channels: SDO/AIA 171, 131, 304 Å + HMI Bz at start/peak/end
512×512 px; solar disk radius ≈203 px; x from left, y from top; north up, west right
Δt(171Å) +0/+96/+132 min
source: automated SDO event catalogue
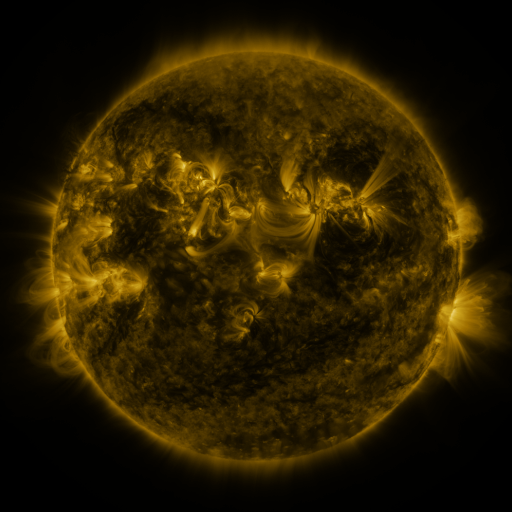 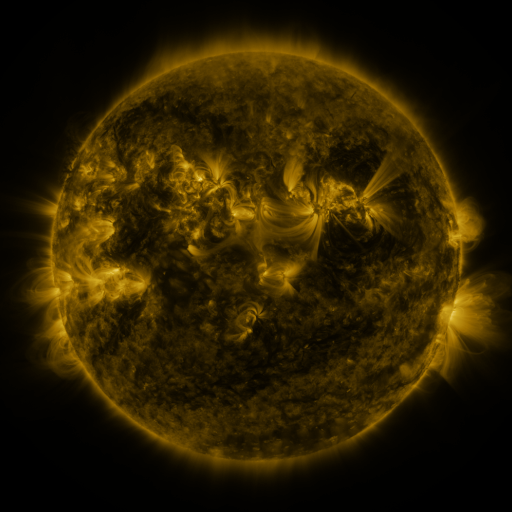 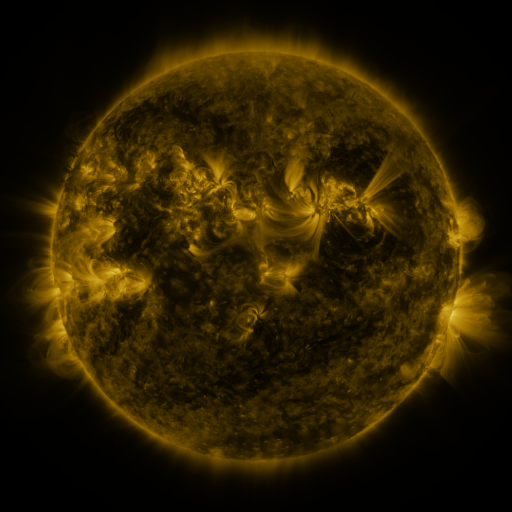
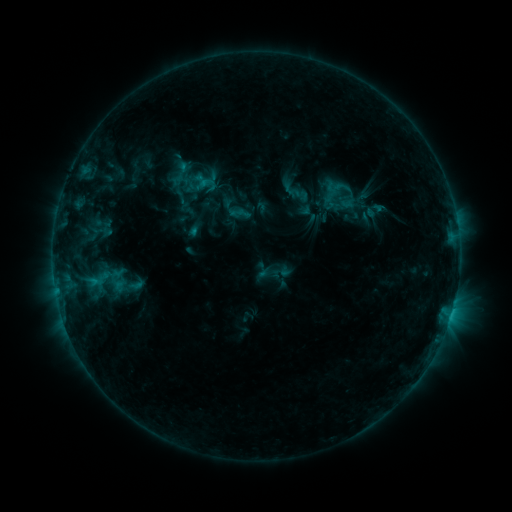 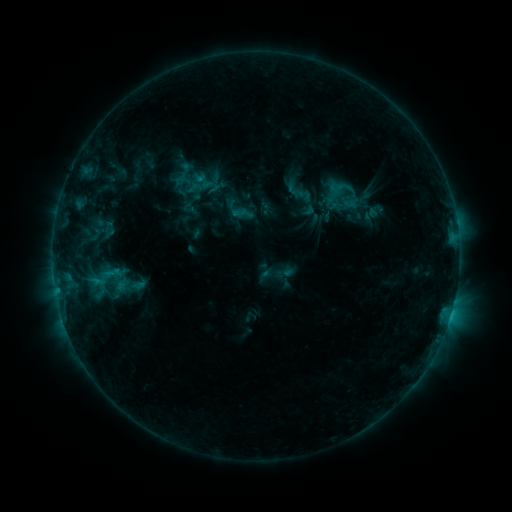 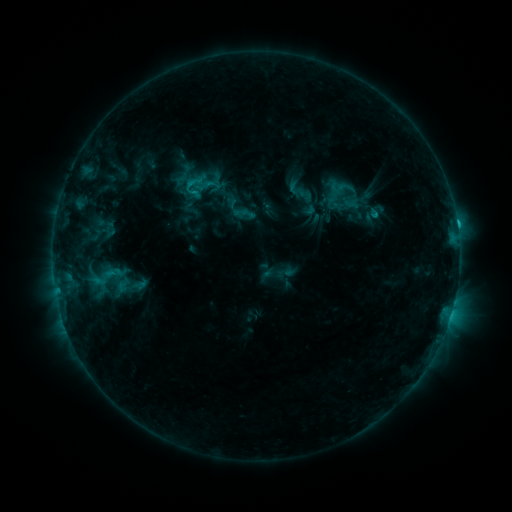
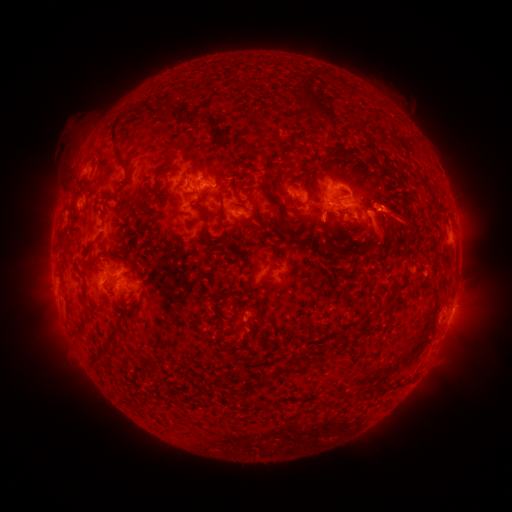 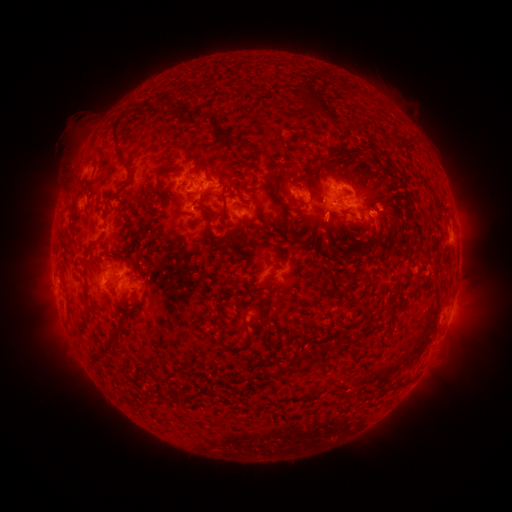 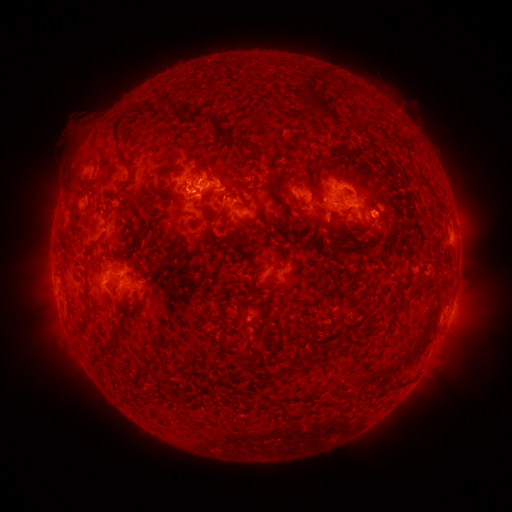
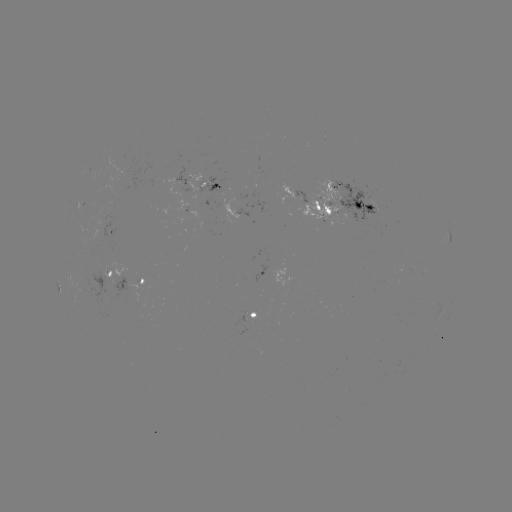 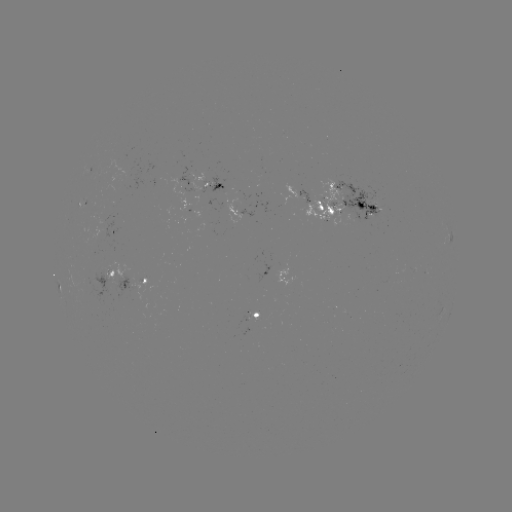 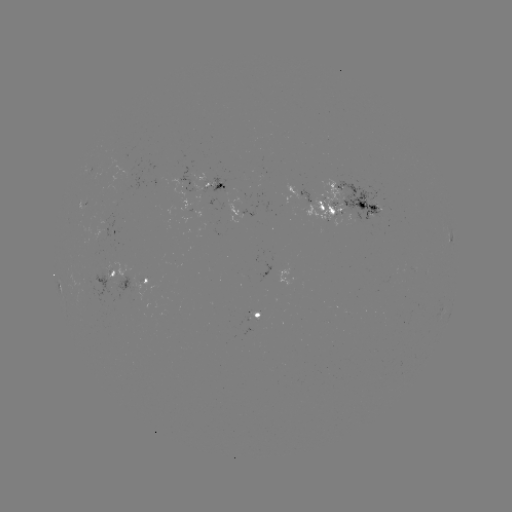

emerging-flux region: <bbox>225, 198, 241, 224</bbox>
